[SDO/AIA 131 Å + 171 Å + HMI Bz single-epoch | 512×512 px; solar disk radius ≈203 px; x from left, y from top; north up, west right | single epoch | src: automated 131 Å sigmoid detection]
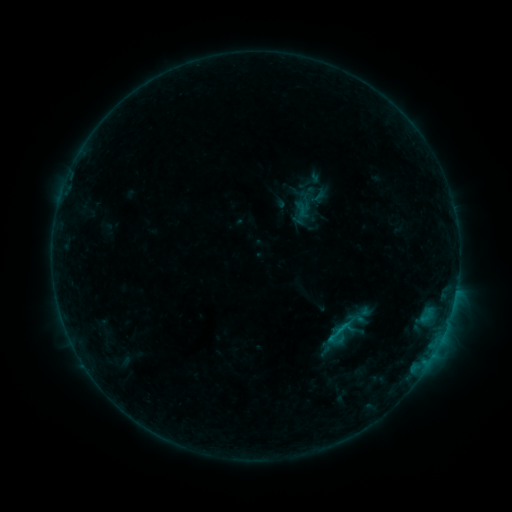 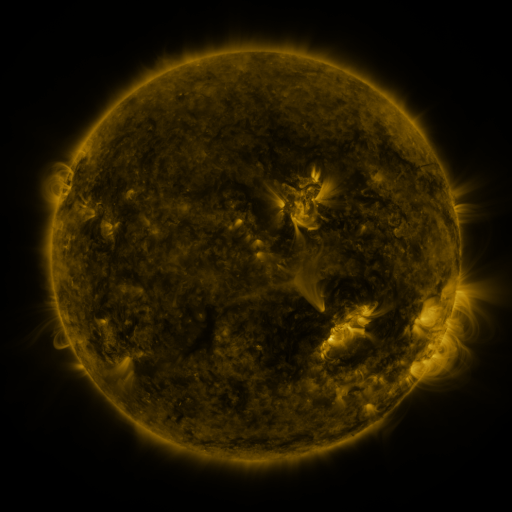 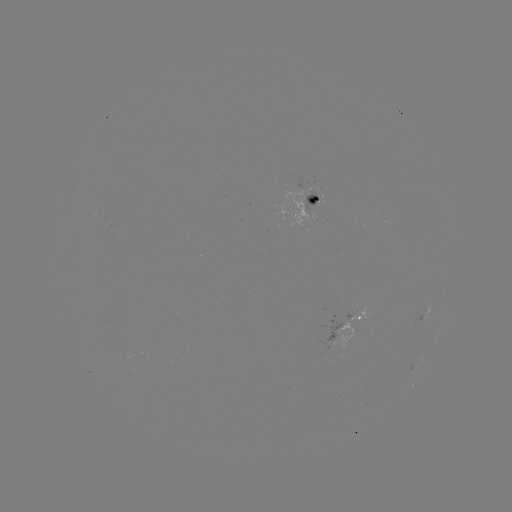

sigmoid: <bbox>329, 314, 357, 342</bbox>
